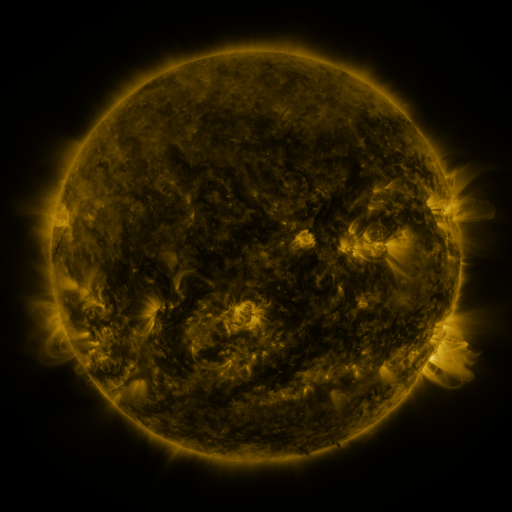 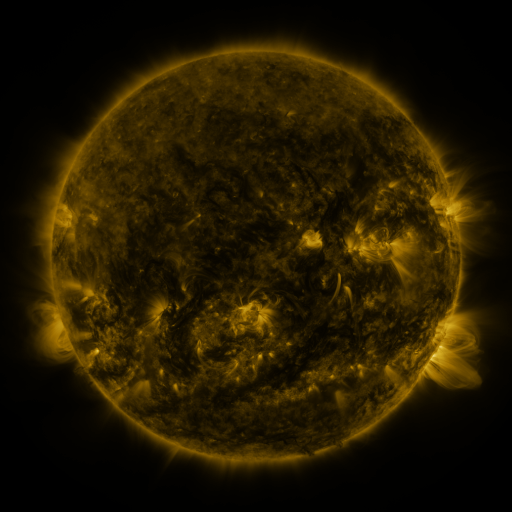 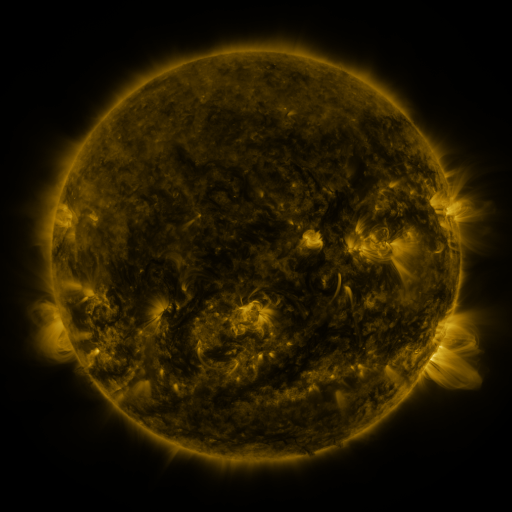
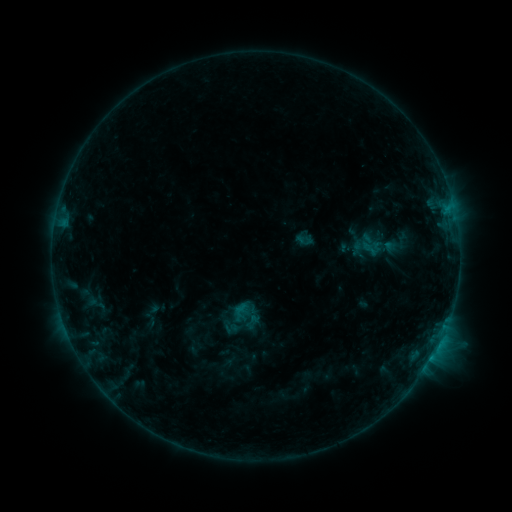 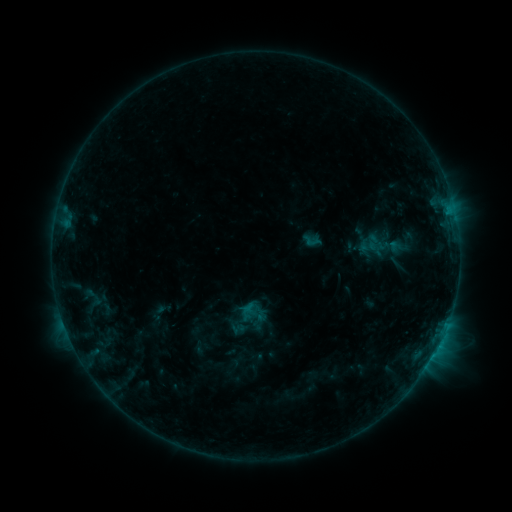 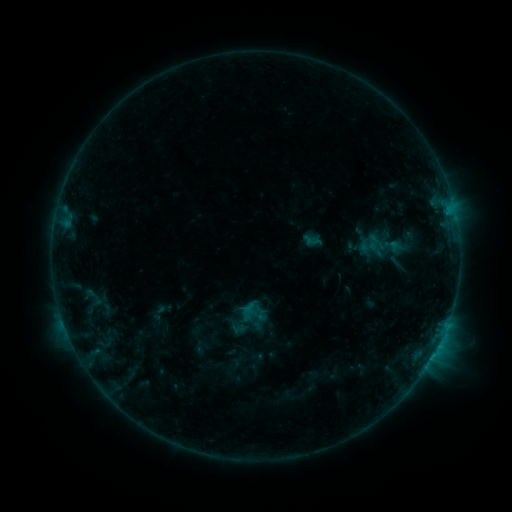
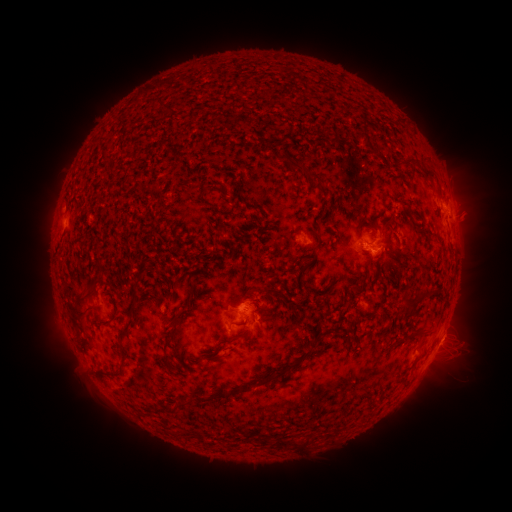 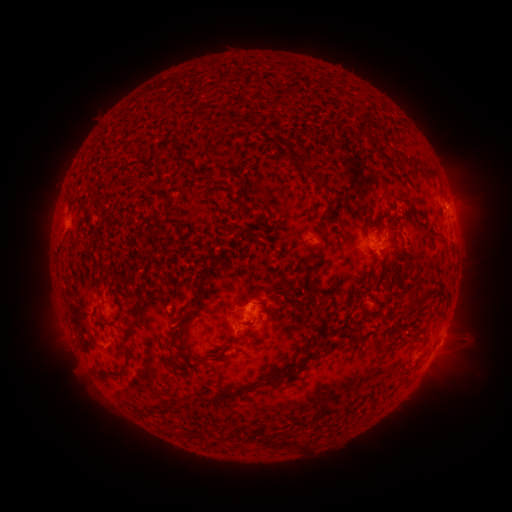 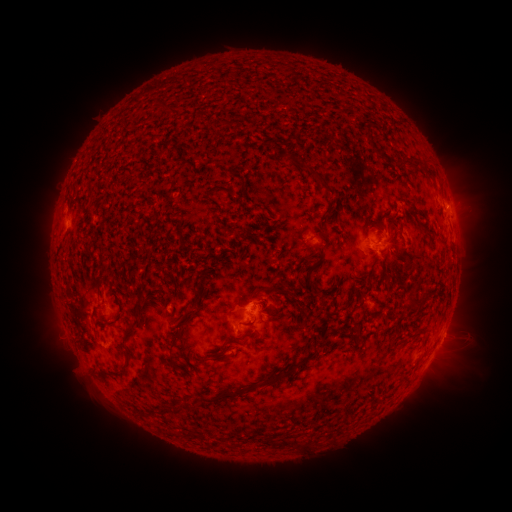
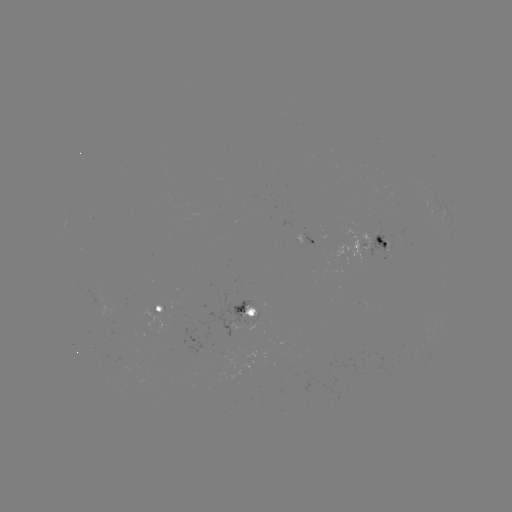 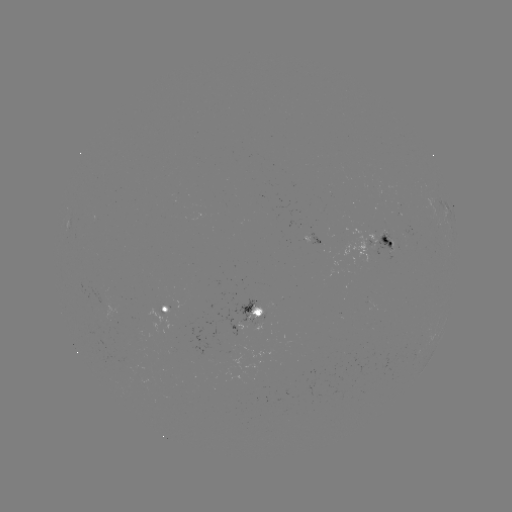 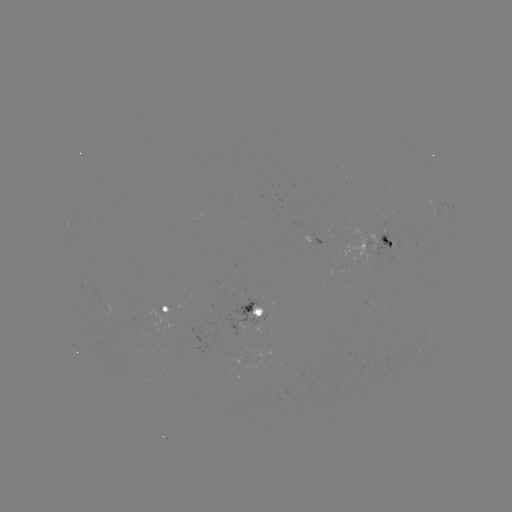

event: emerging-flux region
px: (388, 246)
